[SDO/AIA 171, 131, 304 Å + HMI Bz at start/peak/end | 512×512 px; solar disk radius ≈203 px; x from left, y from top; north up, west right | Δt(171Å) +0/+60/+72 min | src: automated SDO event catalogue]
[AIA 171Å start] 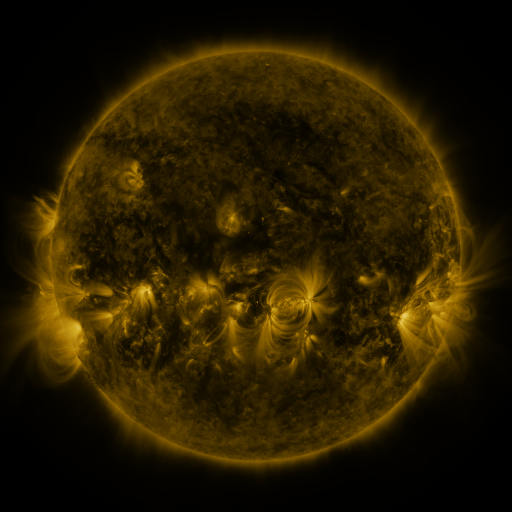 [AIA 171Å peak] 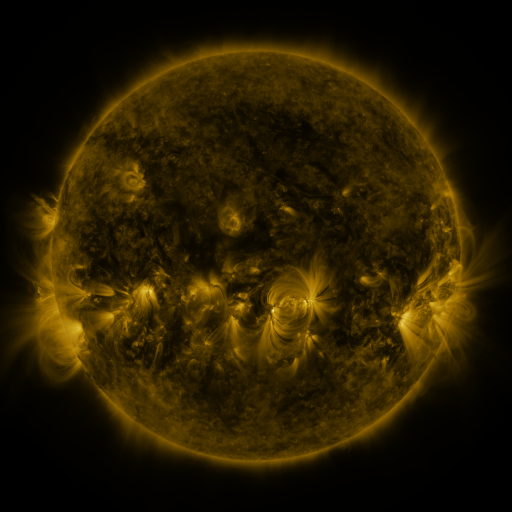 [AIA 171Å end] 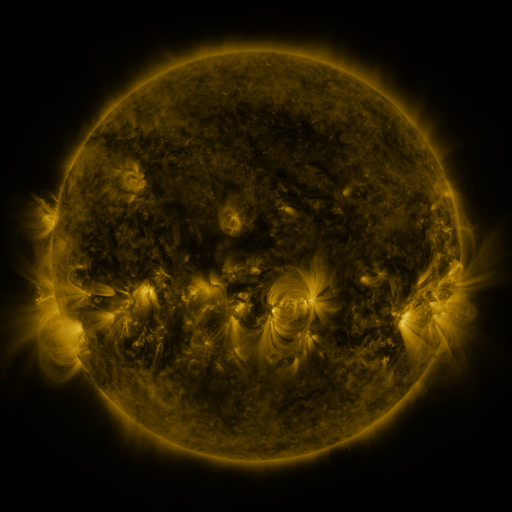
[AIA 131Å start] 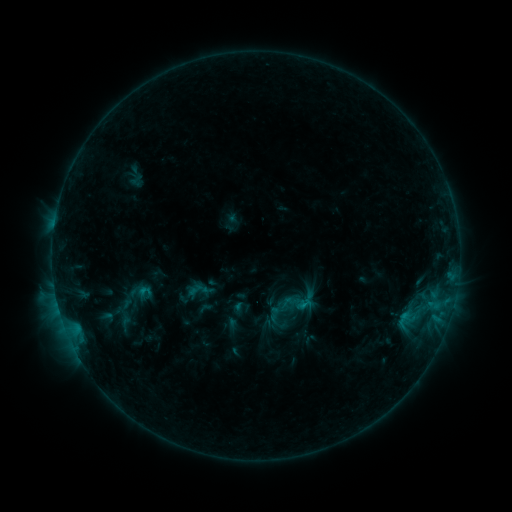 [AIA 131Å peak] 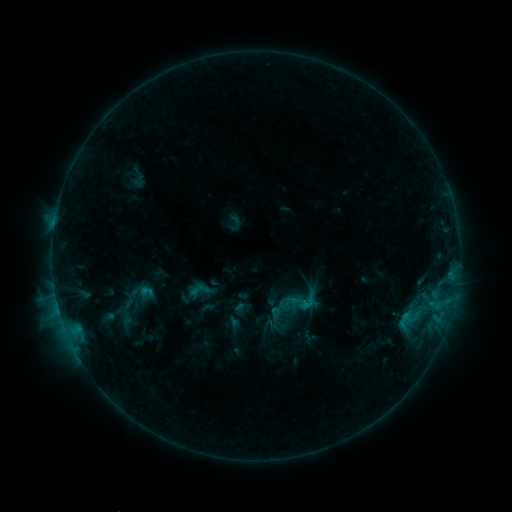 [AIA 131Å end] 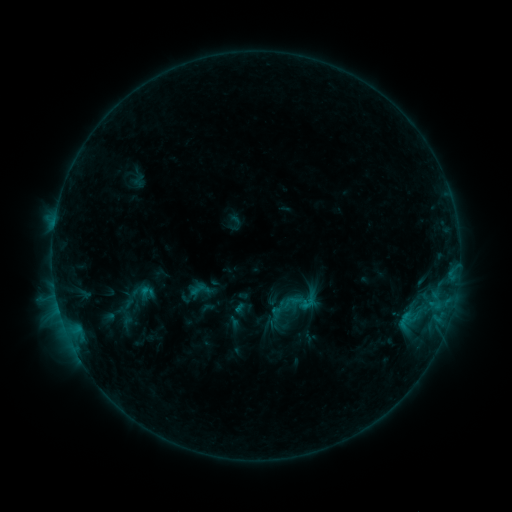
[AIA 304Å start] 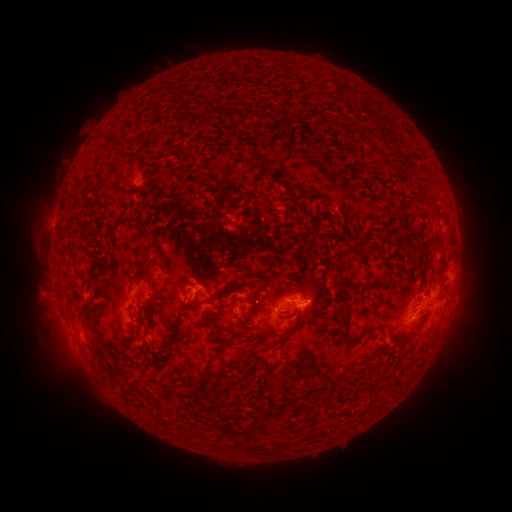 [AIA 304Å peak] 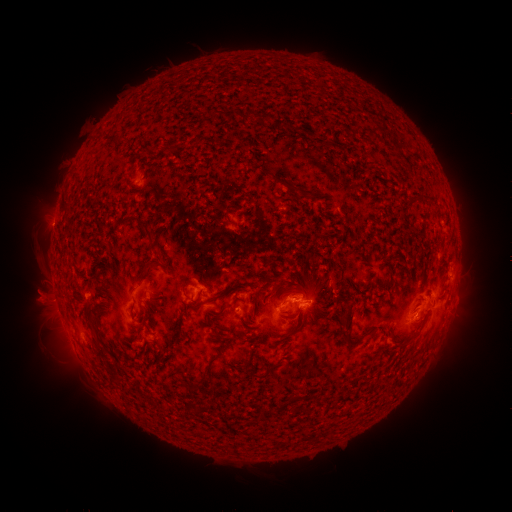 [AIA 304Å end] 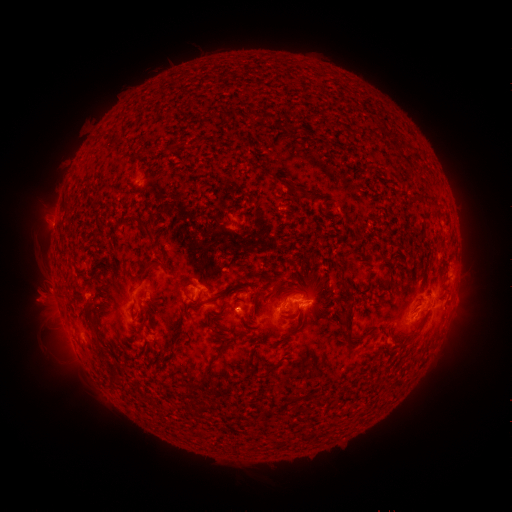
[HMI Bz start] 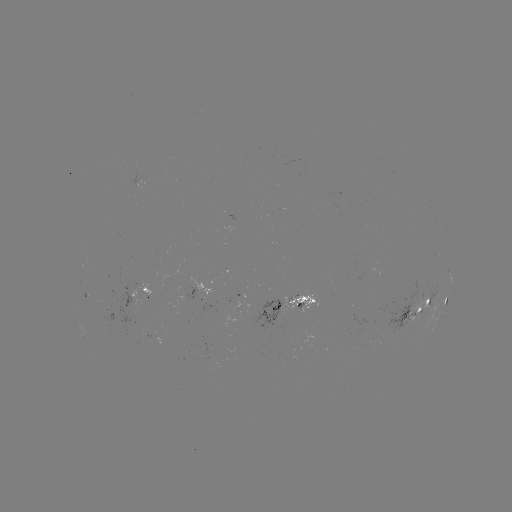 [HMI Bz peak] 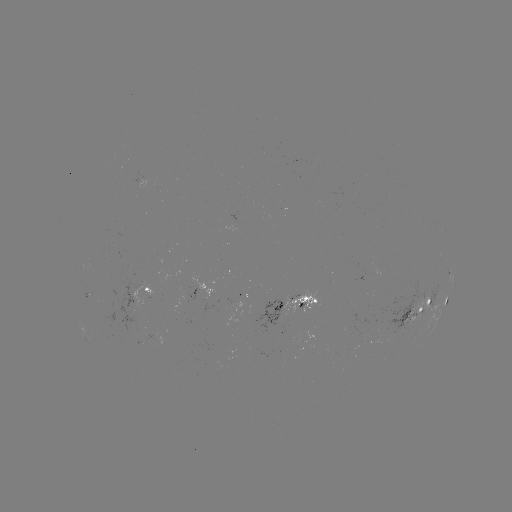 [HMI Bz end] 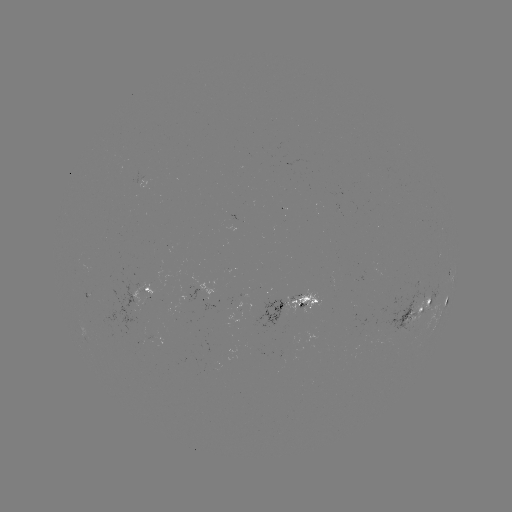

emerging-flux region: [282, 291, 321, 314]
